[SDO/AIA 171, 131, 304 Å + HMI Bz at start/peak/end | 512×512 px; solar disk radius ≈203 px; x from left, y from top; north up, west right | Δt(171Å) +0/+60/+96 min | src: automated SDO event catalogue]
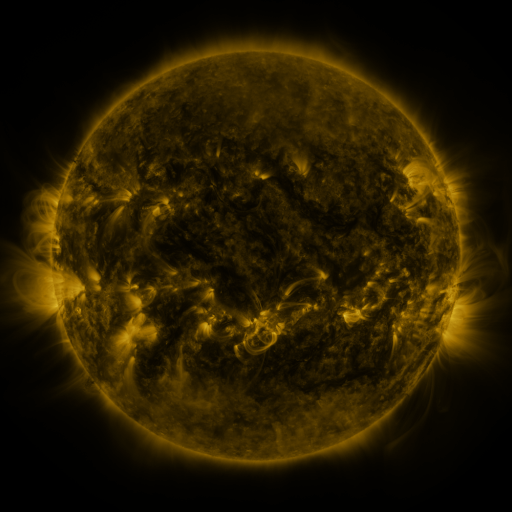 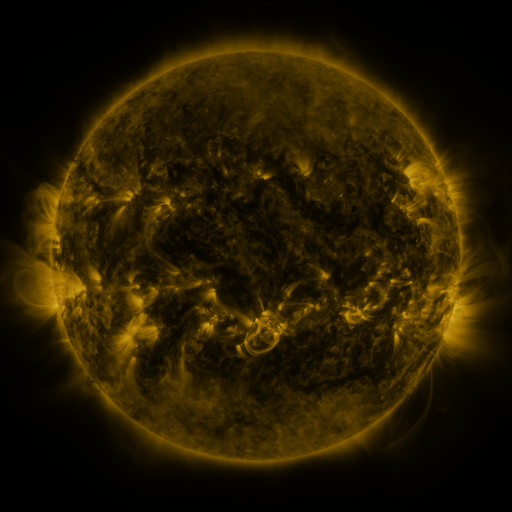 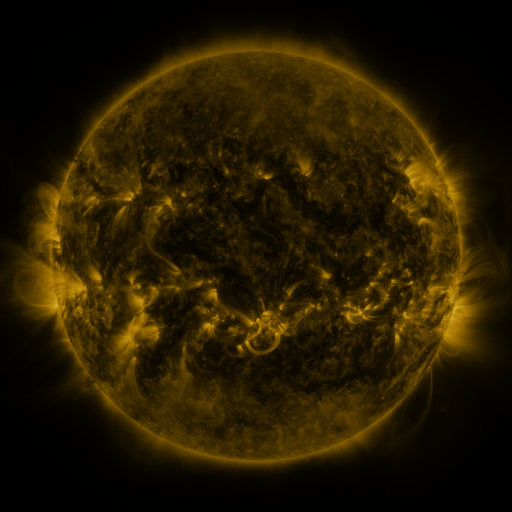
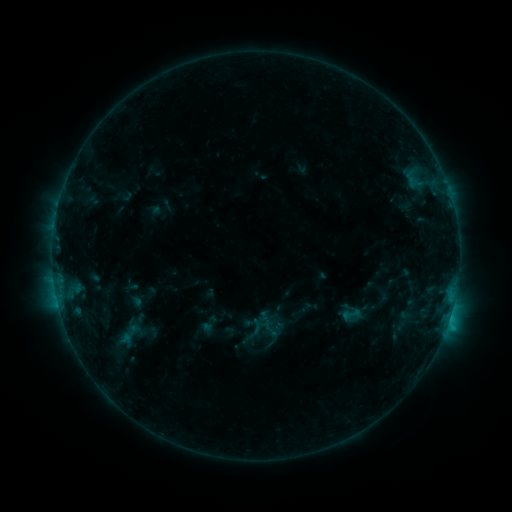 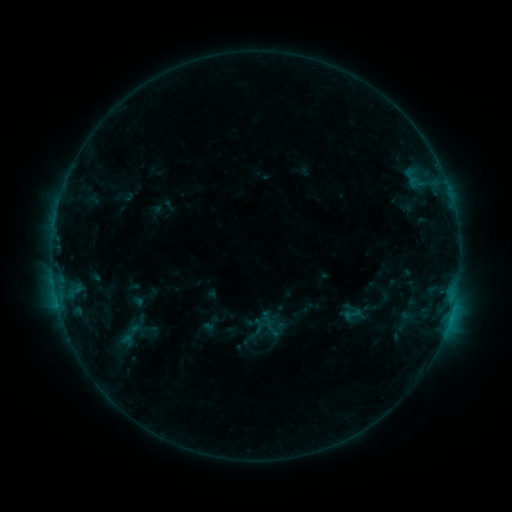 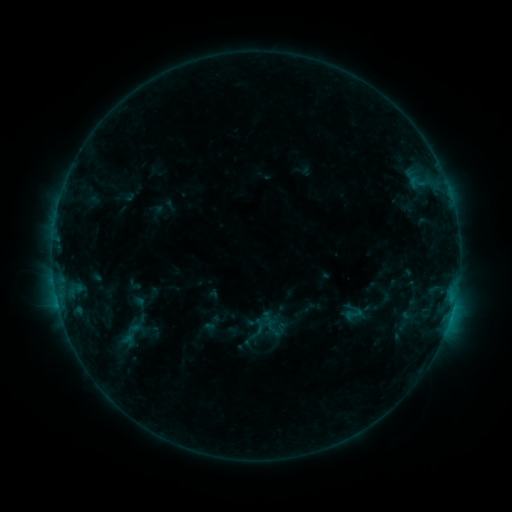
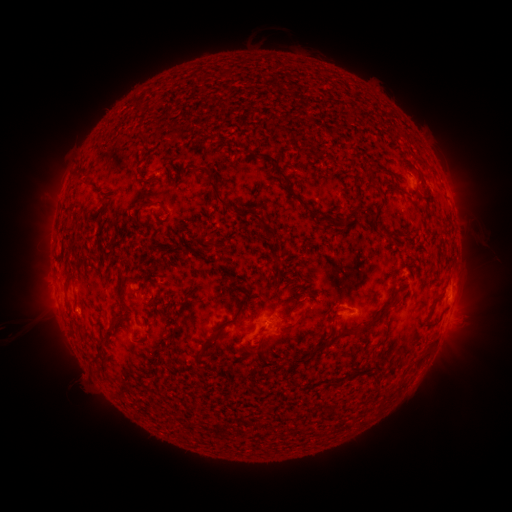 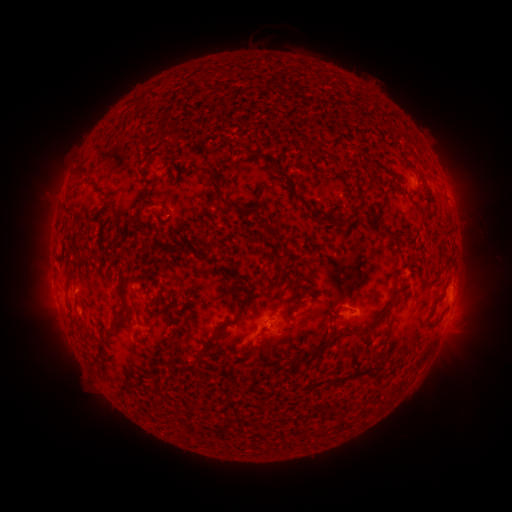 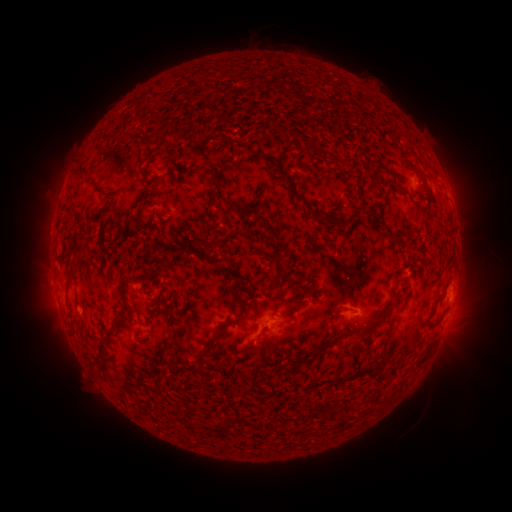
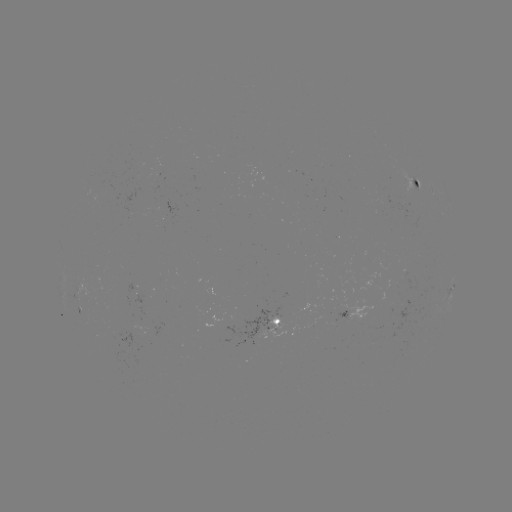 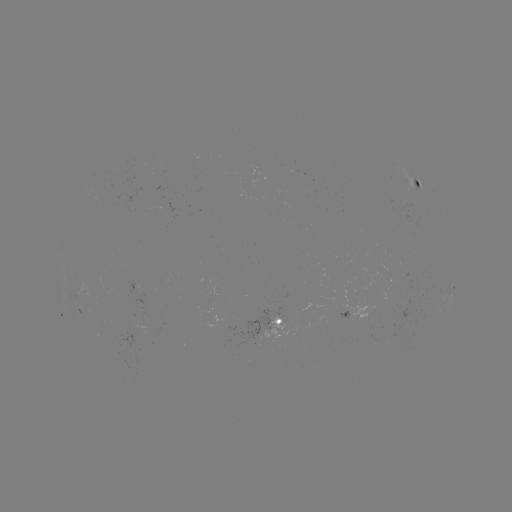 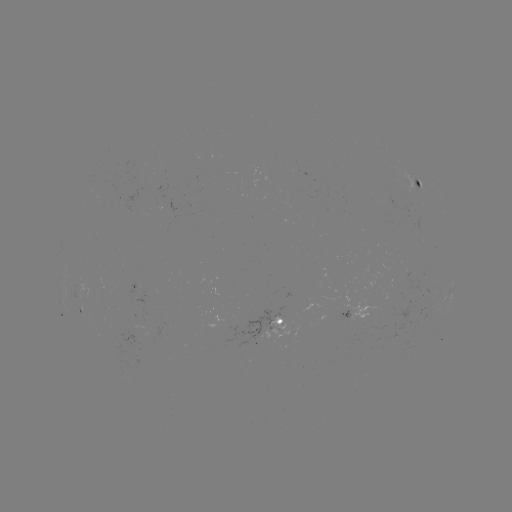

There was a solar emerging-flux region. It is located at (138, 324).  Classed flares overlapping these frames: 1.